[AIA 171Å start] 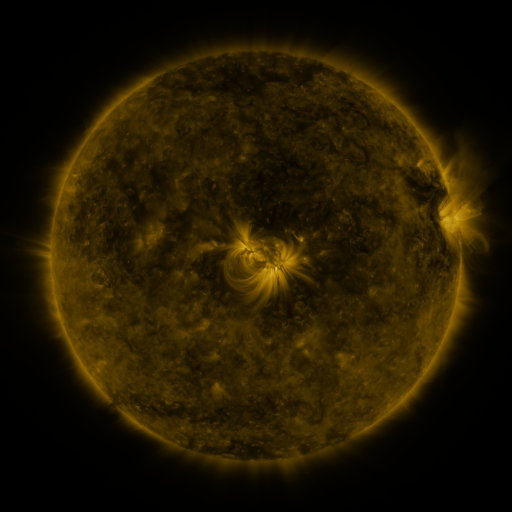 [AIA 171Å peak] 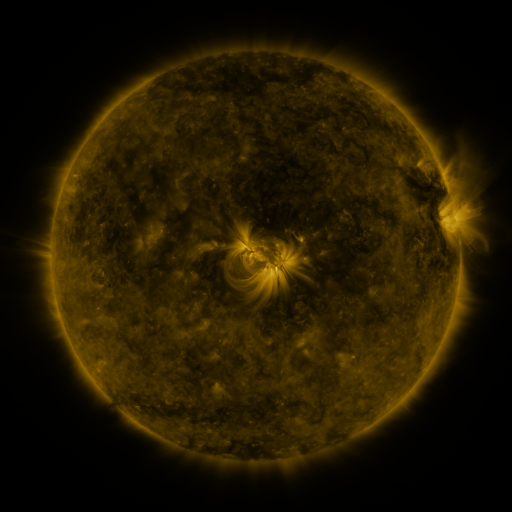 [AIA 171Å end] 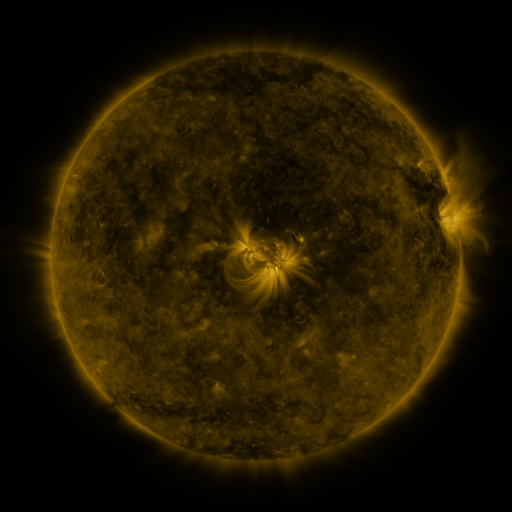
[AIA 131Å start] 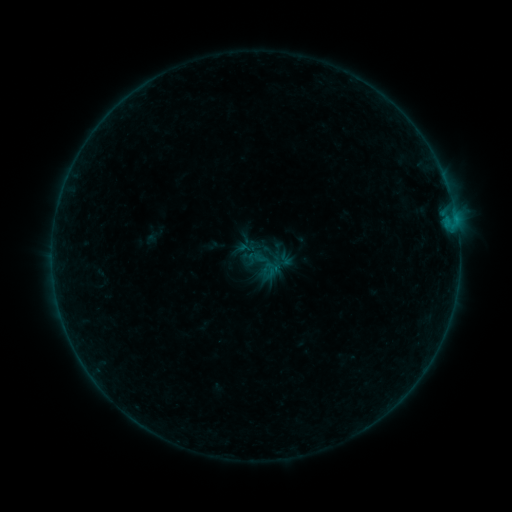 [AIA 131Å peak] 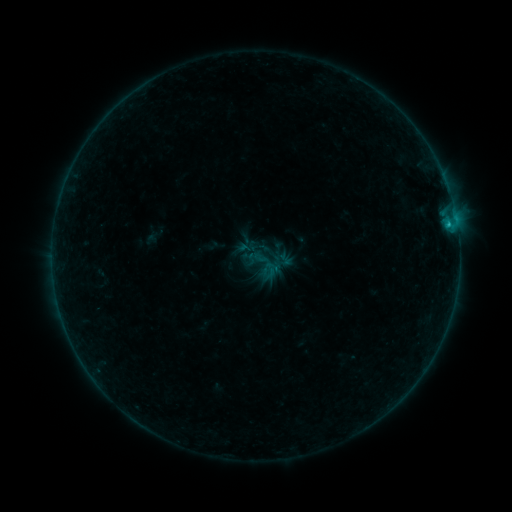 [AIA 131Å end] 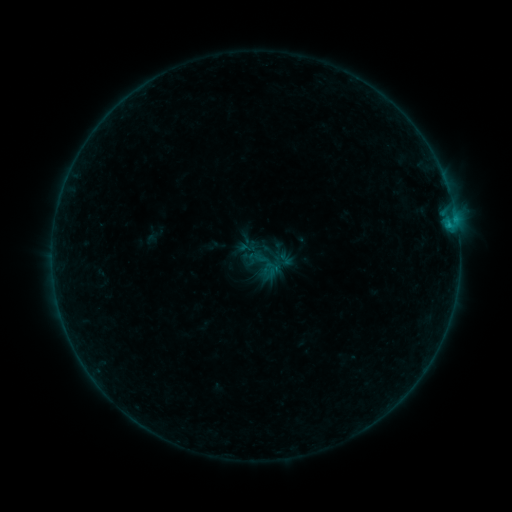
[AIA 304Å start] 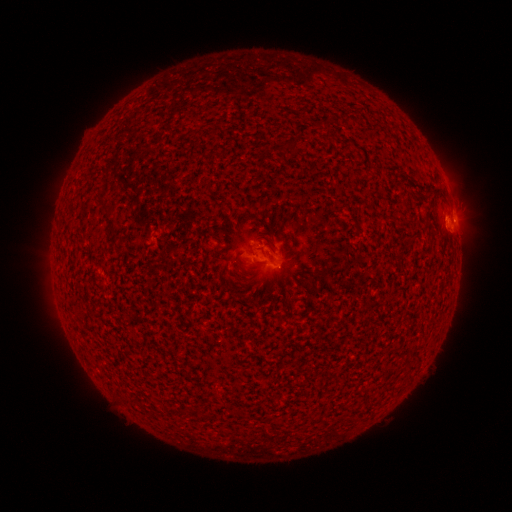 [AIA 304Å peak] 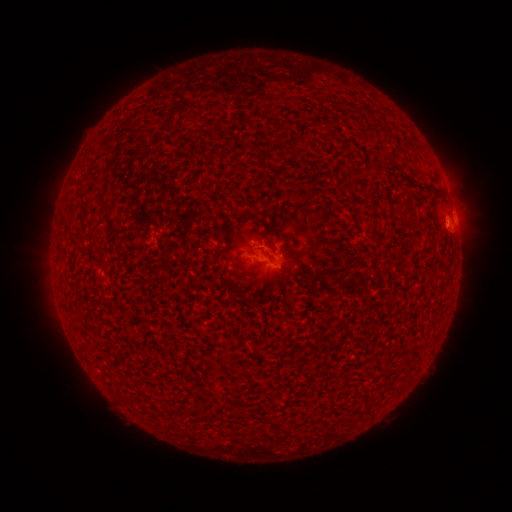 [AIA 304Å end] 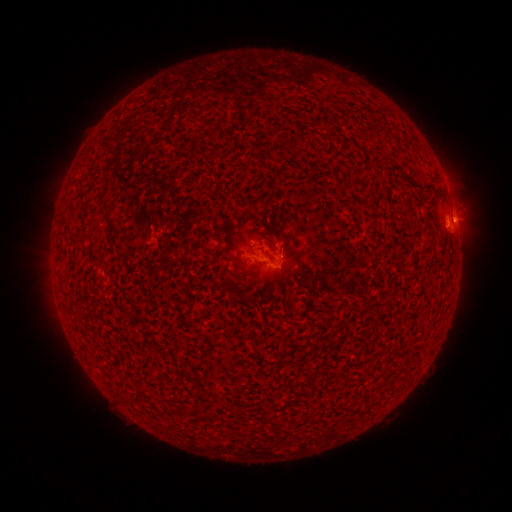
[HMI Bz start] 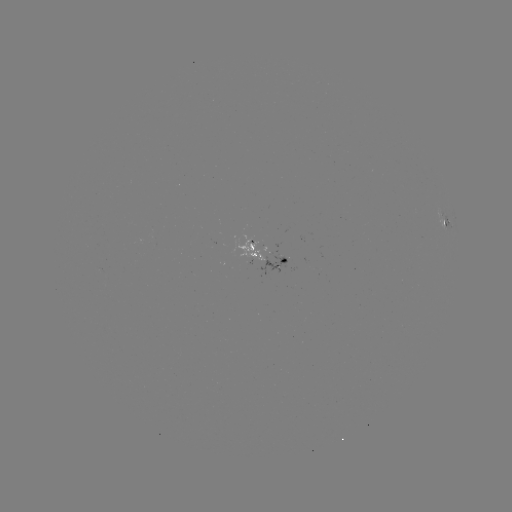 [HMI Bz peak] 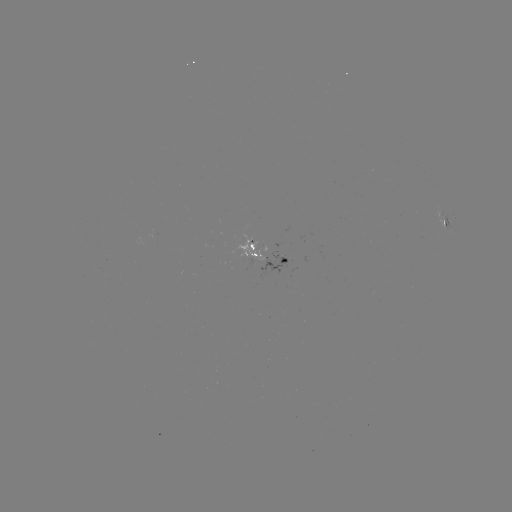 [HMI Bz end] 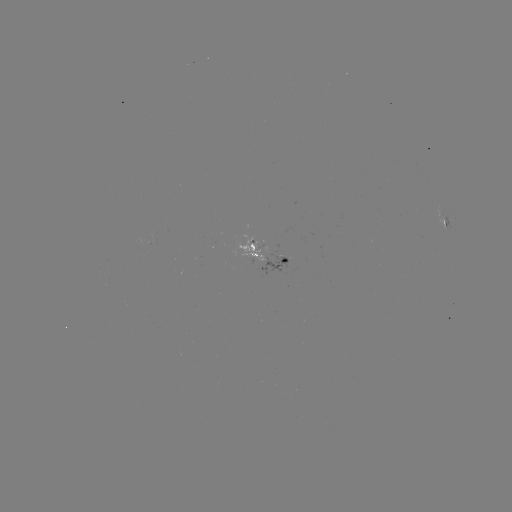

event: flare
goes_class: B3.5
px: (448, 227)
